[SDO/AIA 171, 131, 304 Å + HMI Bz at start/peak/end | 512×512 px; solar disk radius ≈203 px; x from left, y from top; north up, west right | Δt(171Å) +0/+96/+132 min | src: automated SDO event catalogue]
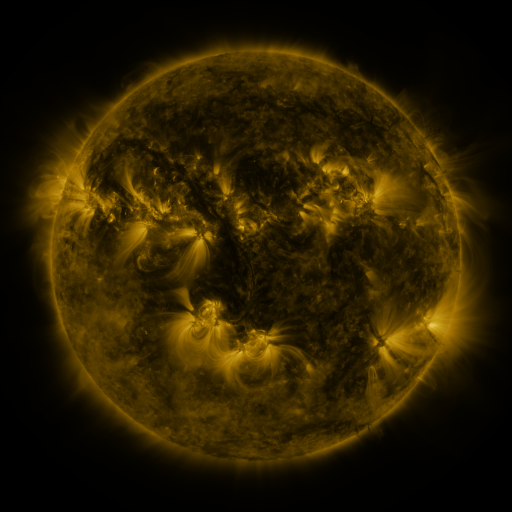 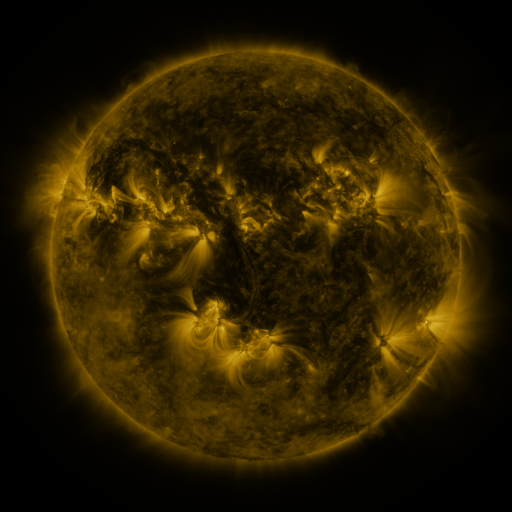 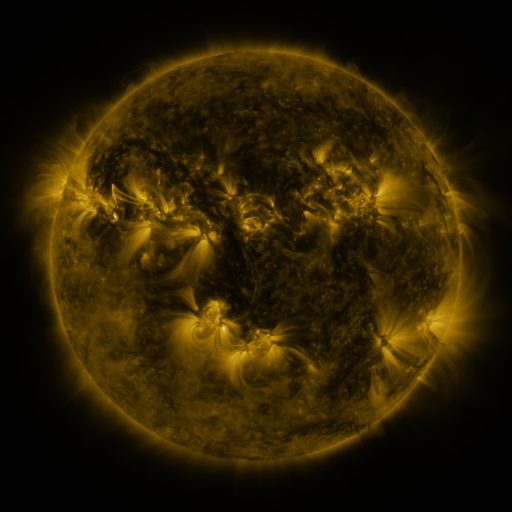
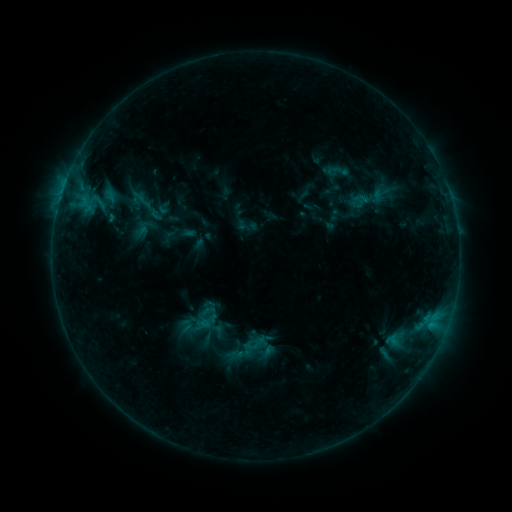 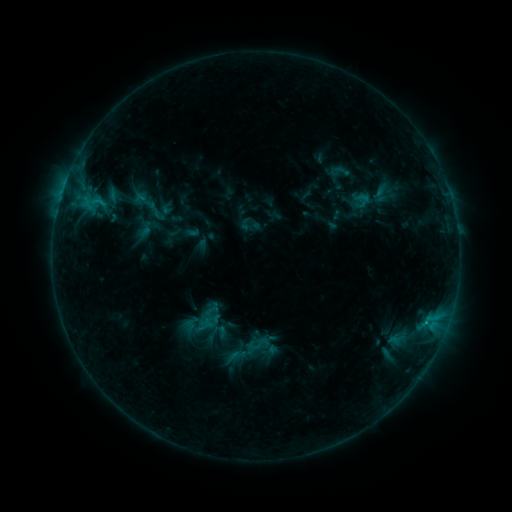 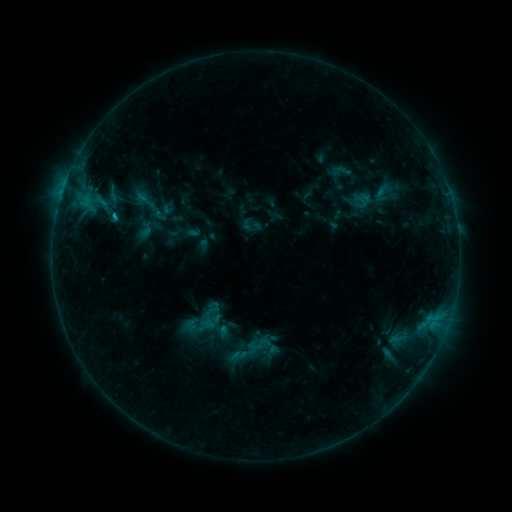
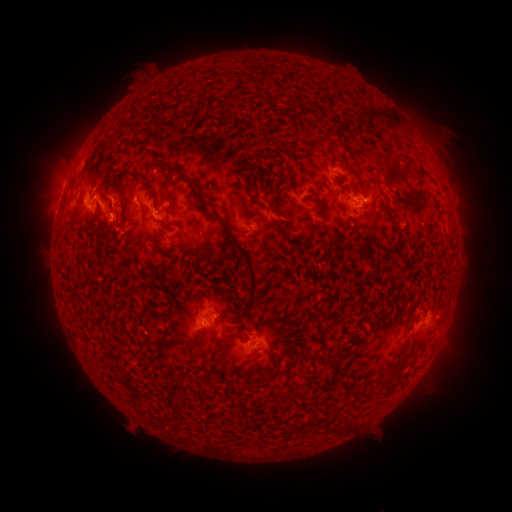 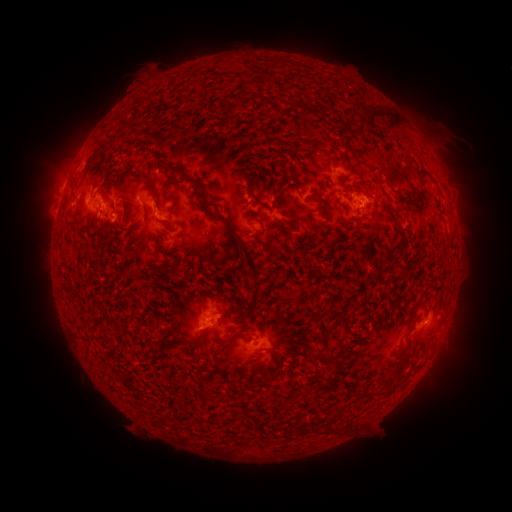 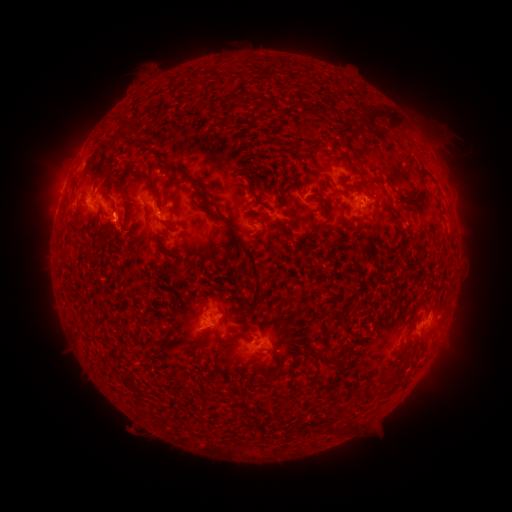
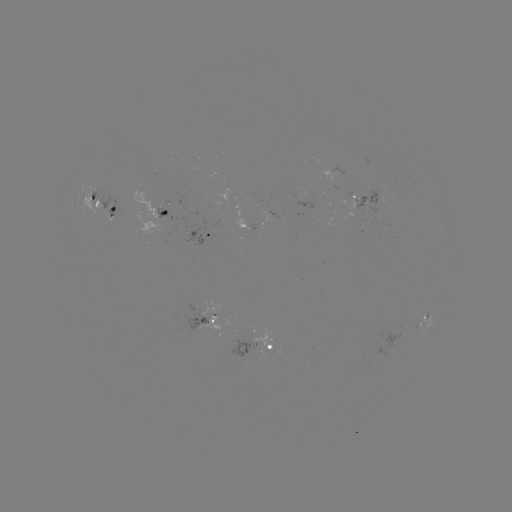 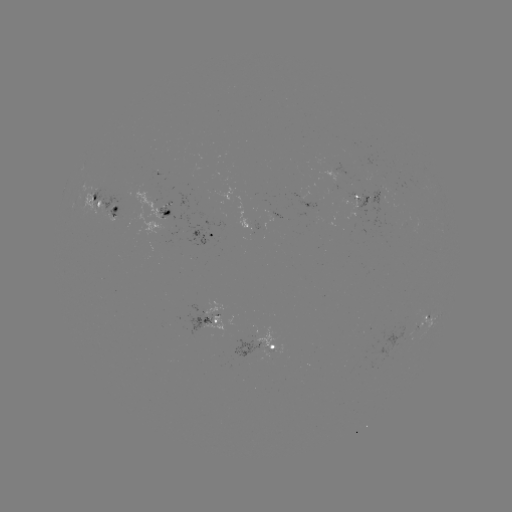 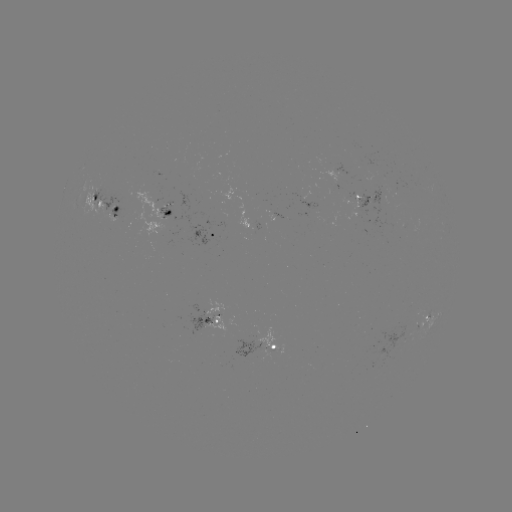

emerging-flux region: [337, 189, 382, 213]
